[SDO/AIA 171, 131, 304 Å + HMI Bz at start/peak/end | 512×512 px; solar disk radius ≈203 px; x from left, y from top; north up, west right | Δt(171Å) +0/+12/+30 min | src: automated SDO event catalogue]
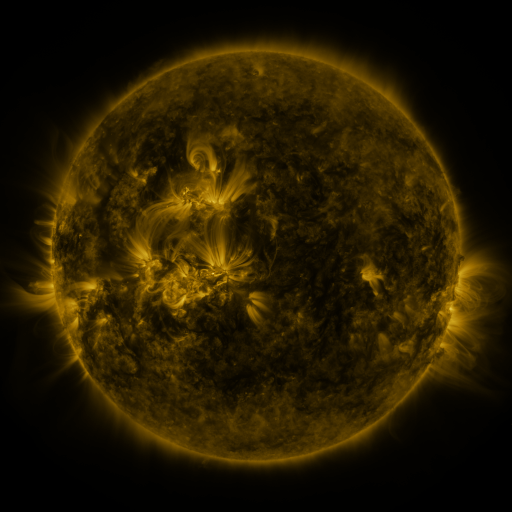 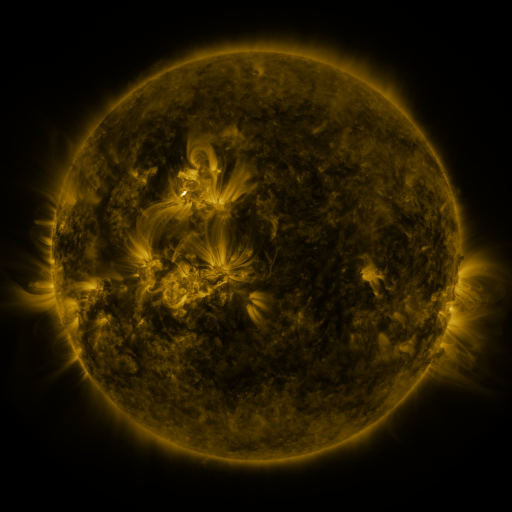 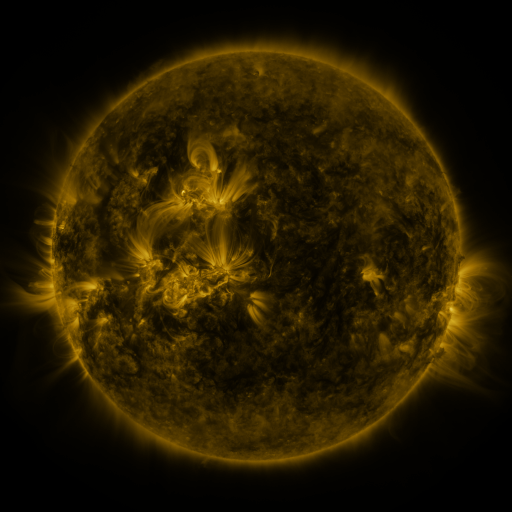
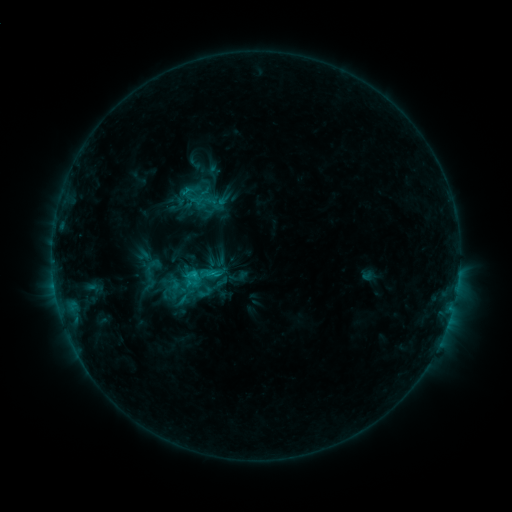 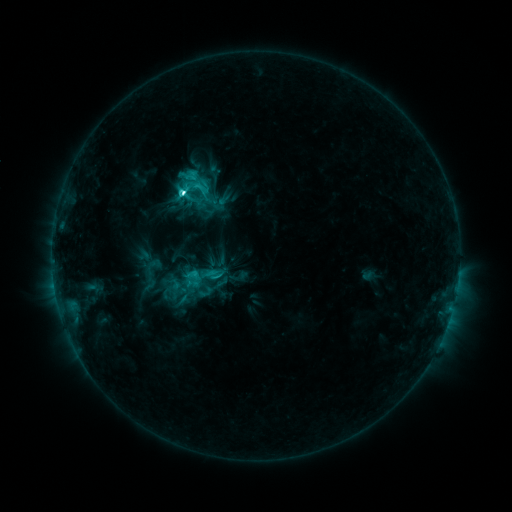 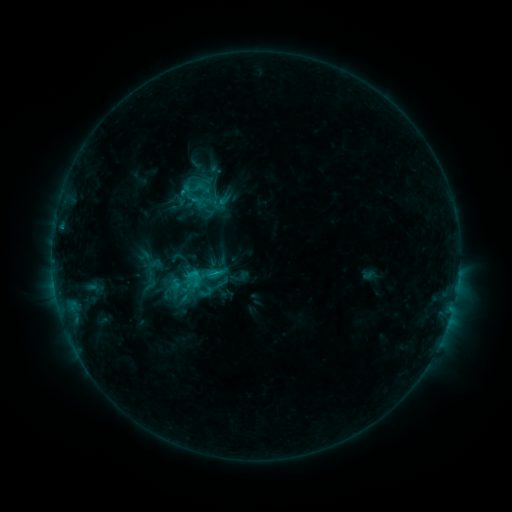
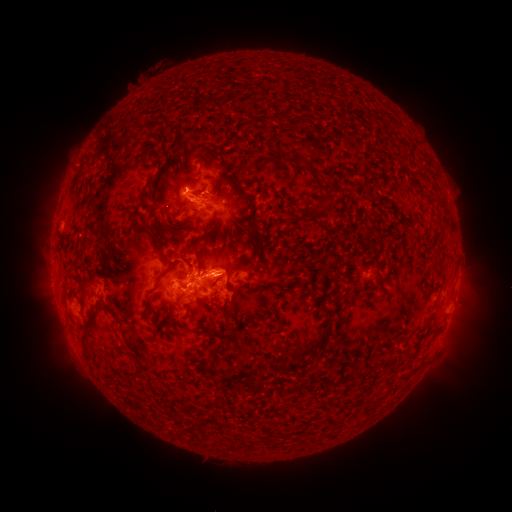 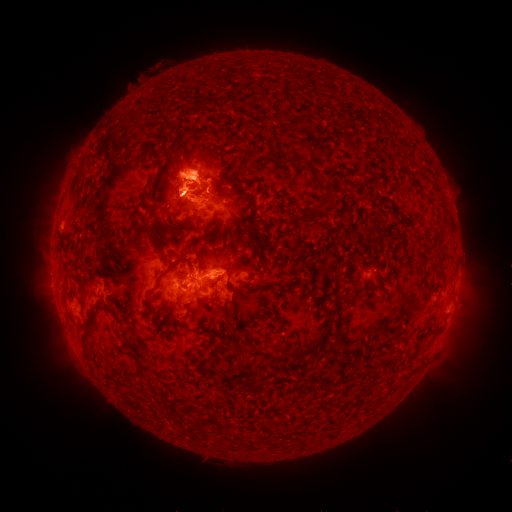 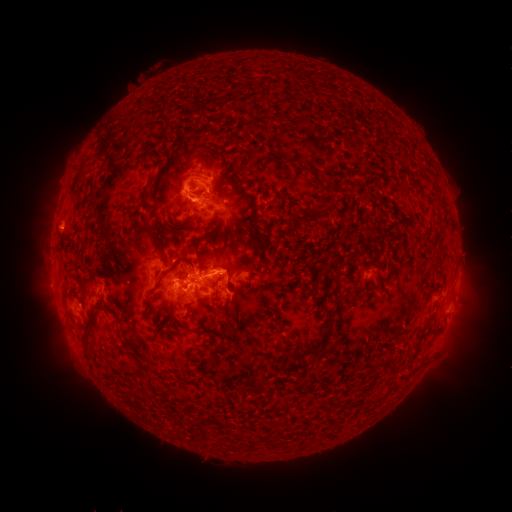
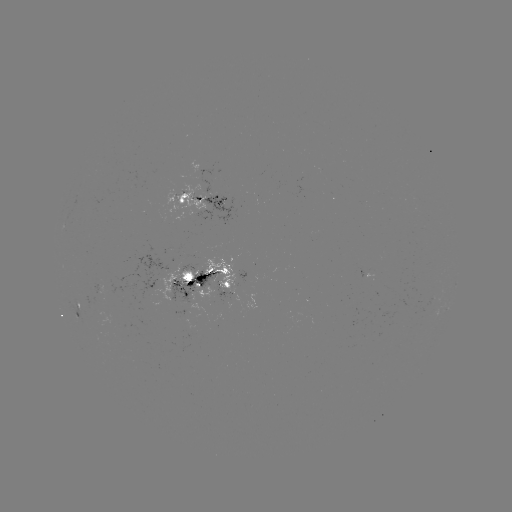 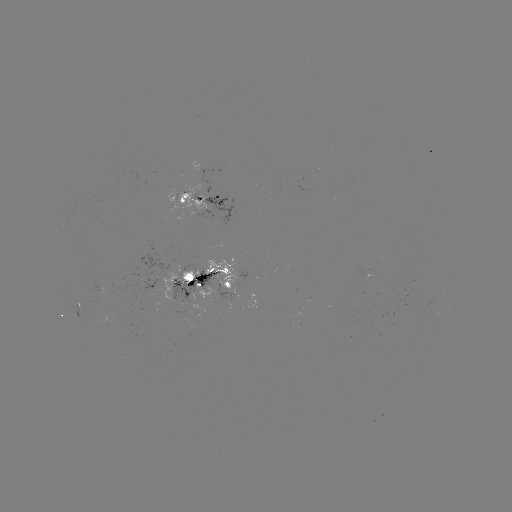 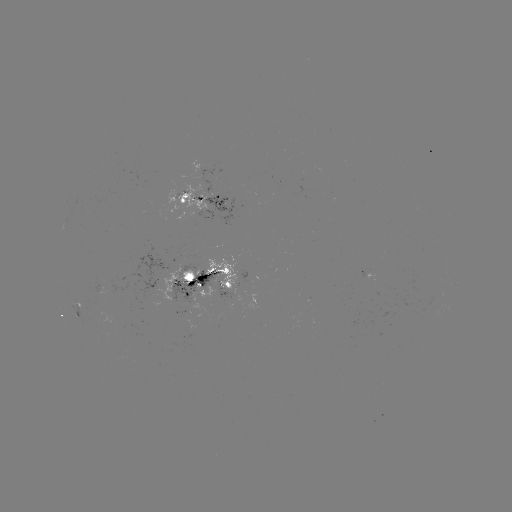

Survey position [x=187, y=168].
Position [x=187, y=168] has eruption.